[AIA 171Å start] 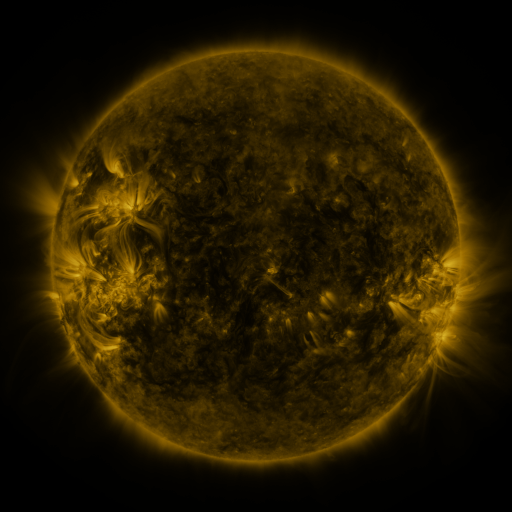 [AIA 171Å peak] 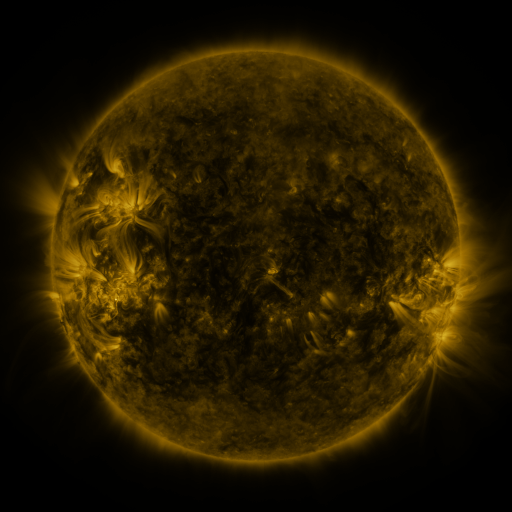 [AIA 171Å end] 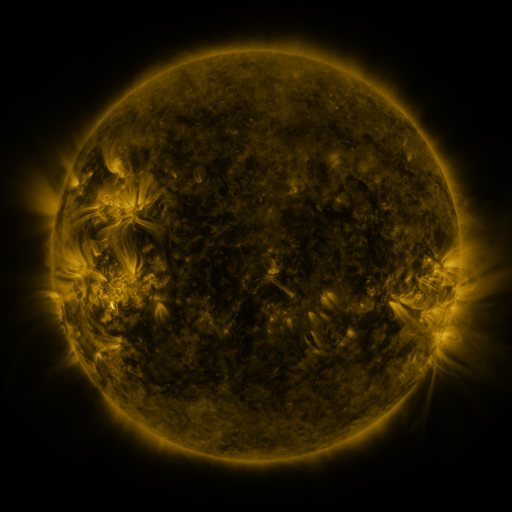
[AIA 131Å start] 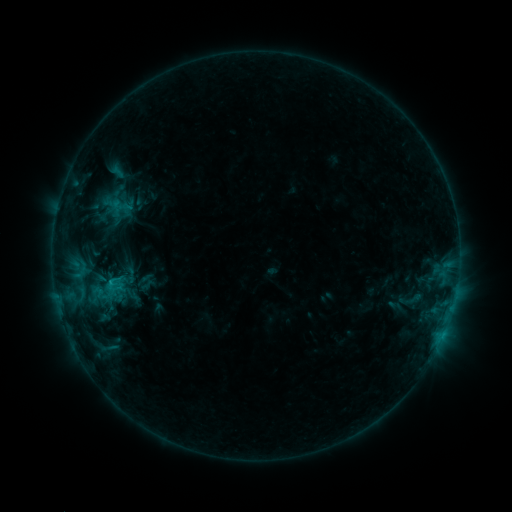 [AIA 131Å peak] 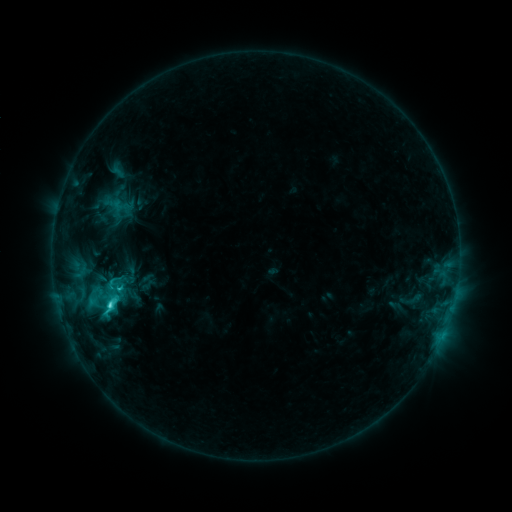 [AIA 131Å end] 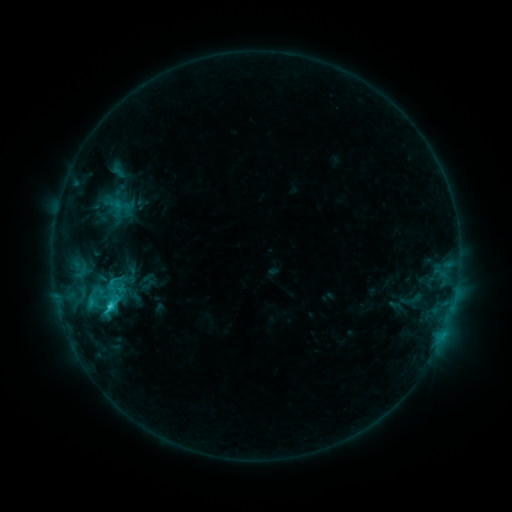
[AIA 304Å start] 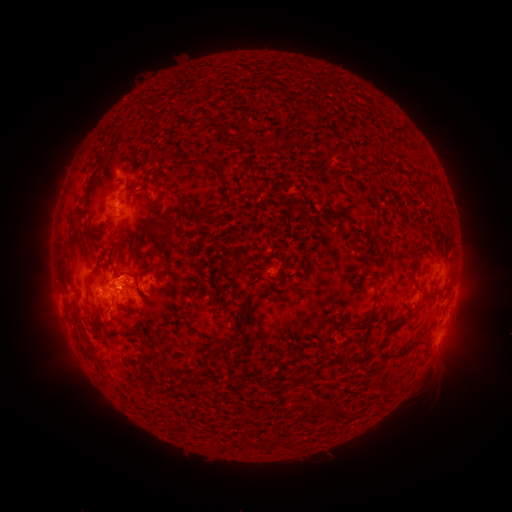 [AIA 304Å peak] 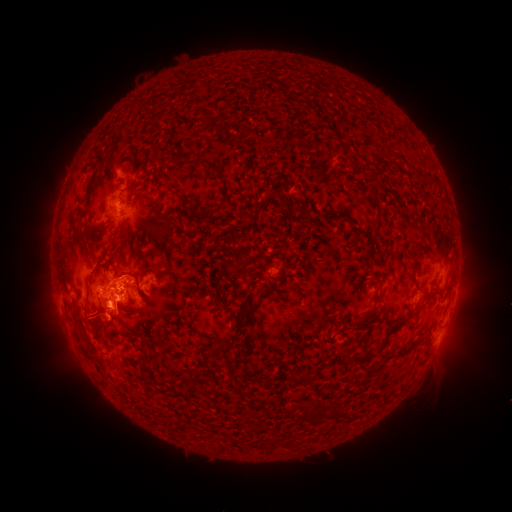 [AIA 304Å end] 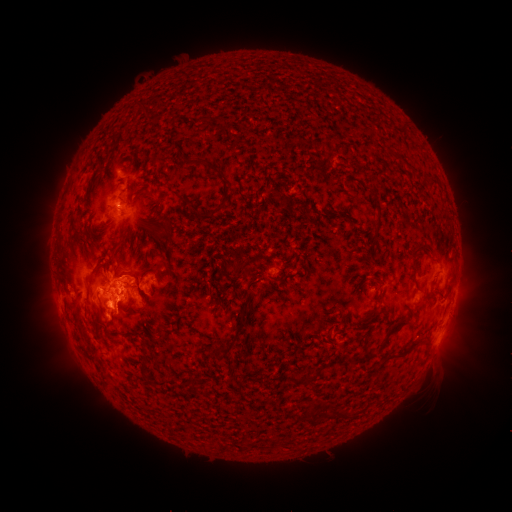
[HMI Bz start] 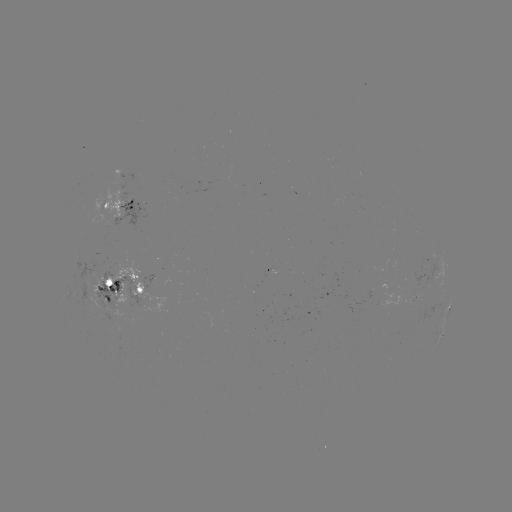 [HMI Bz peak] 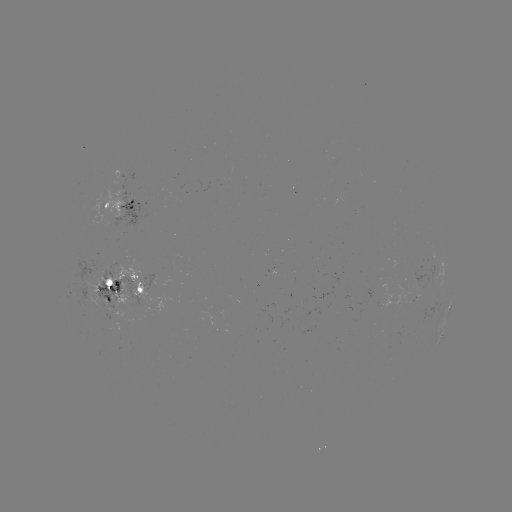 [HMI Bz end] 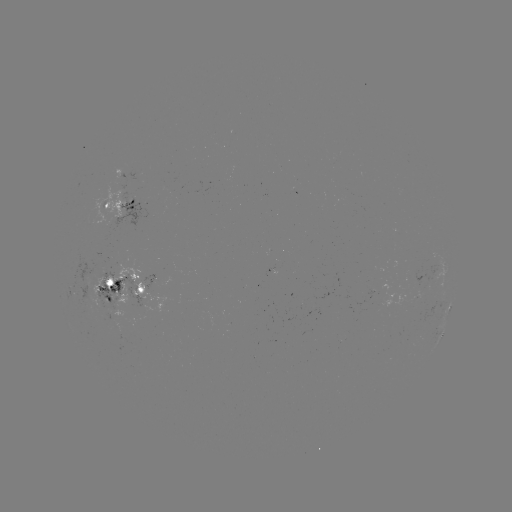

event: flare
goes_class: C4.8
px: (111, 301)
